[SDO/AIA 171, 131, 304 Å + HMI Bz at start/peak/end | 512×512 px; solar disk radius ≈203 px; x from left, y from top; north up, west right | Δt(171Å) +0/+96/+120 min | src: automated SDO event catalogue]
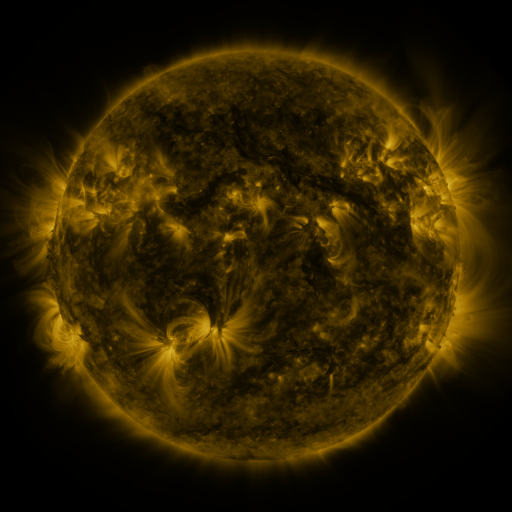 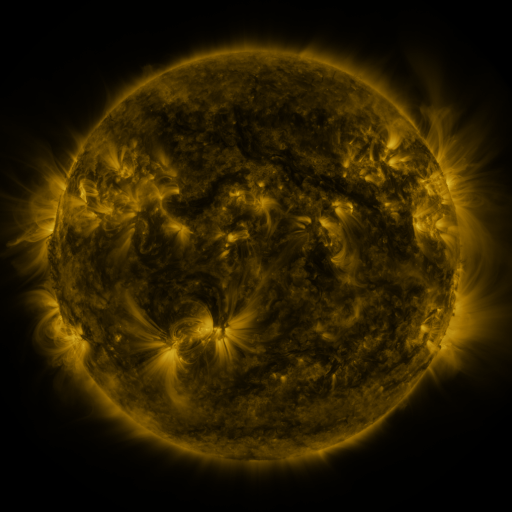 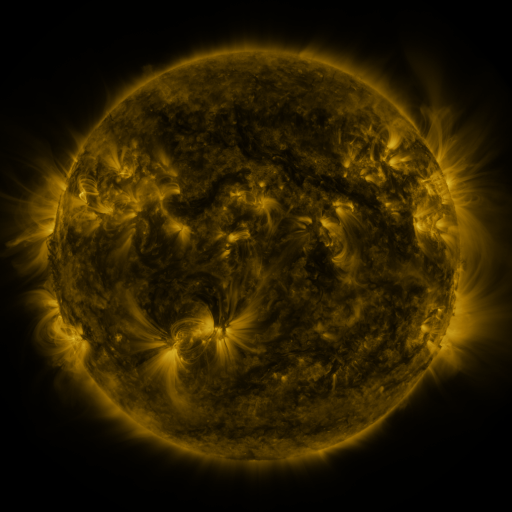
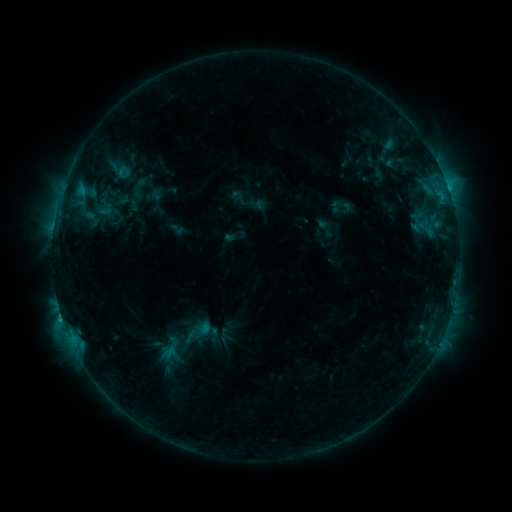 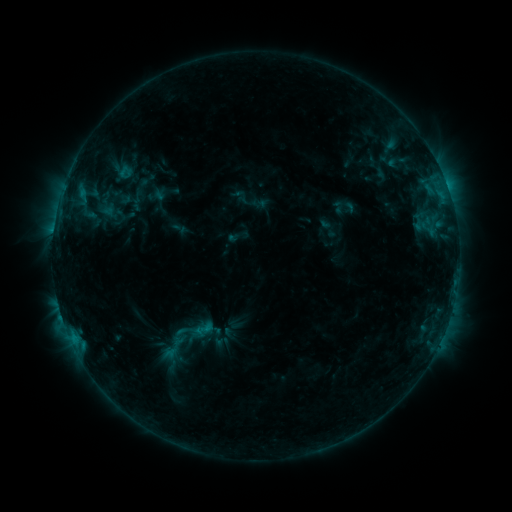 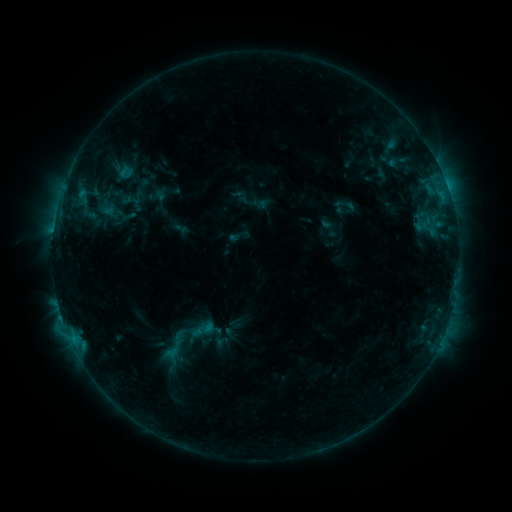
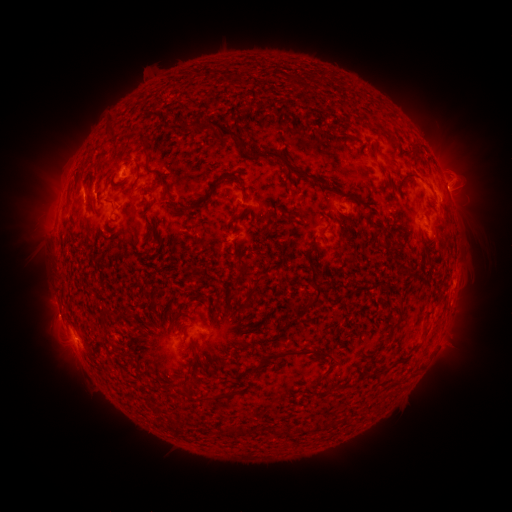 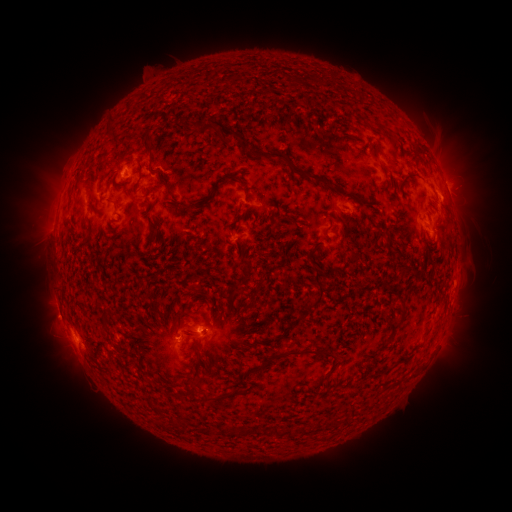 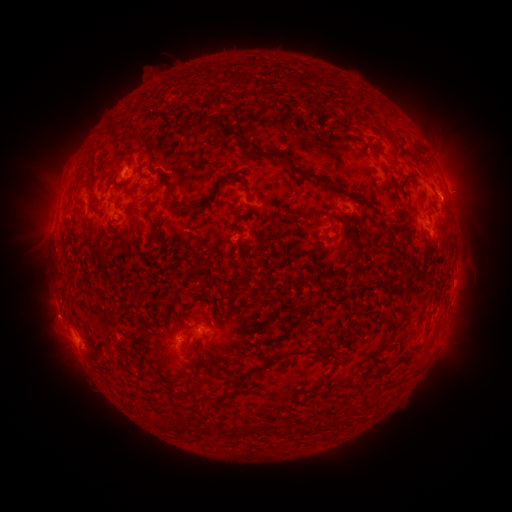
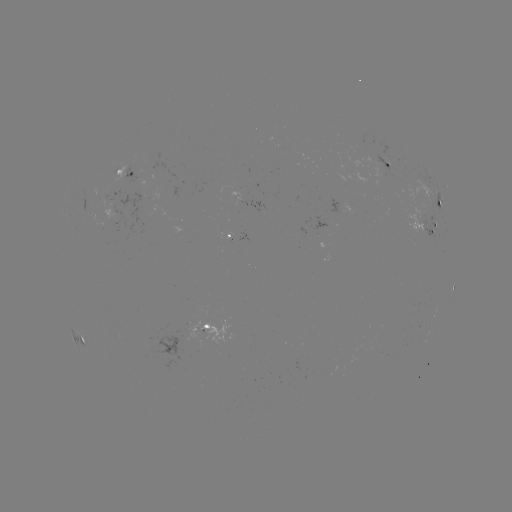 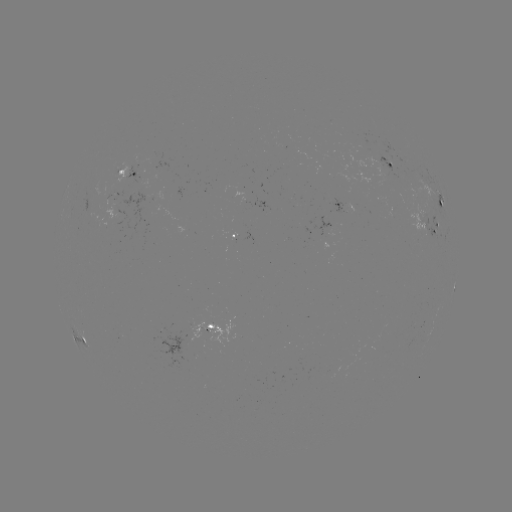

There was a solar emerging-flux region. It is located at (400, 181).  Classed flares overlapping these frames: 1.